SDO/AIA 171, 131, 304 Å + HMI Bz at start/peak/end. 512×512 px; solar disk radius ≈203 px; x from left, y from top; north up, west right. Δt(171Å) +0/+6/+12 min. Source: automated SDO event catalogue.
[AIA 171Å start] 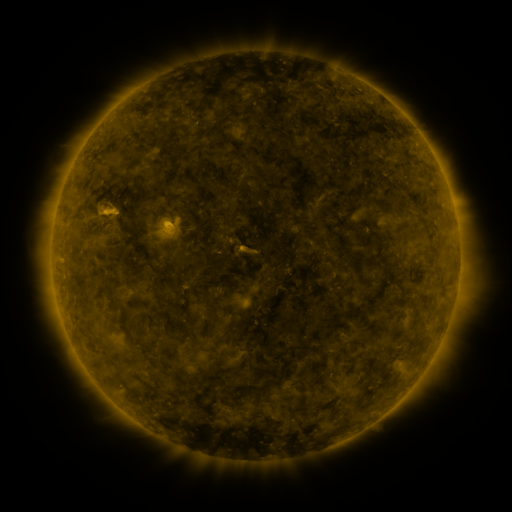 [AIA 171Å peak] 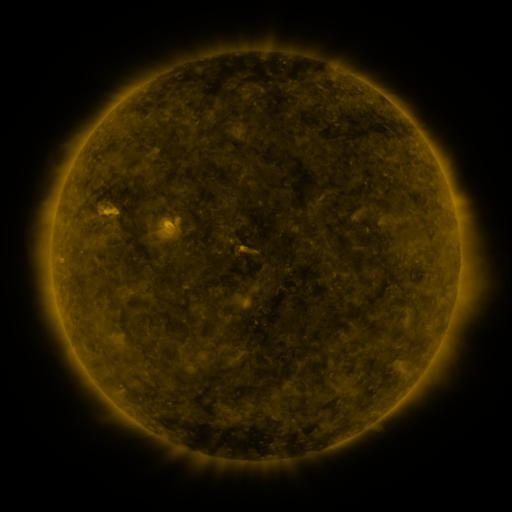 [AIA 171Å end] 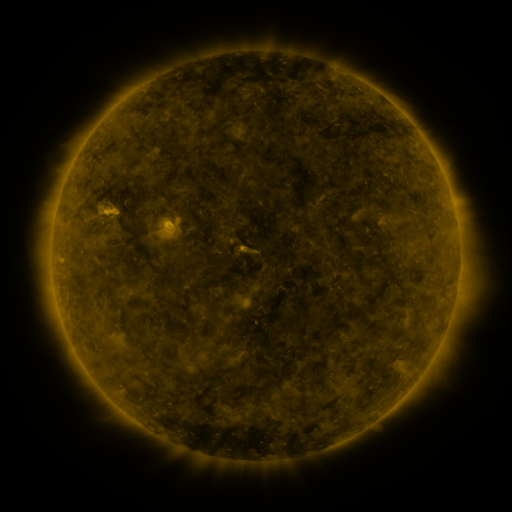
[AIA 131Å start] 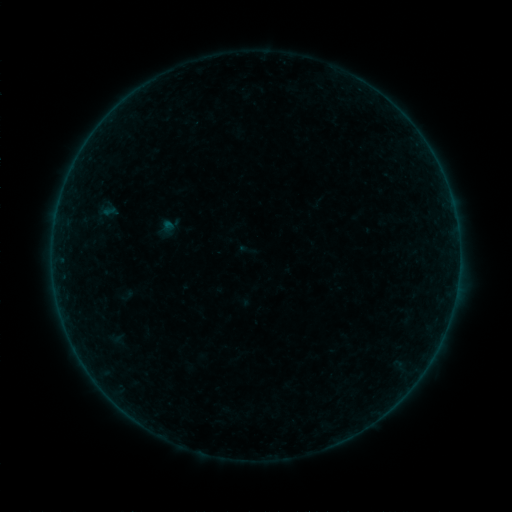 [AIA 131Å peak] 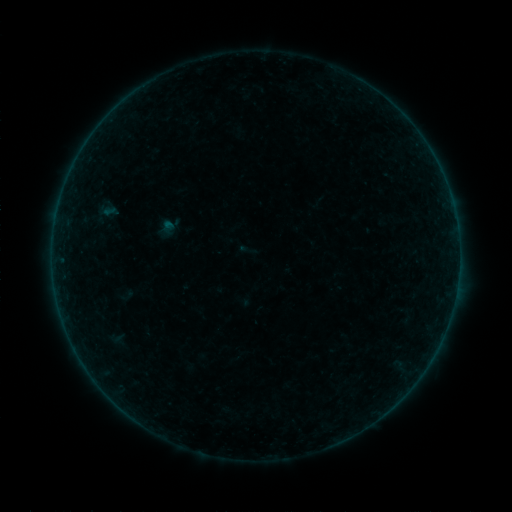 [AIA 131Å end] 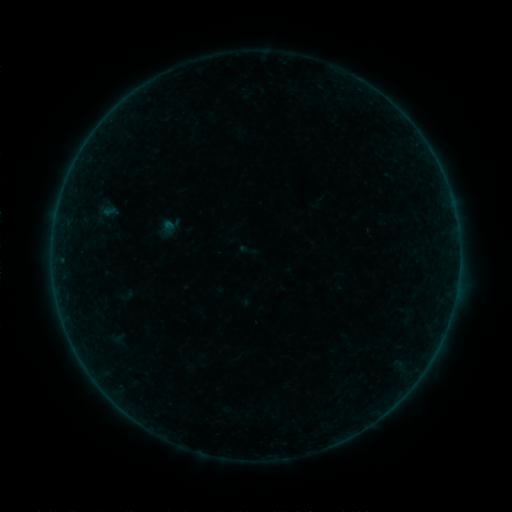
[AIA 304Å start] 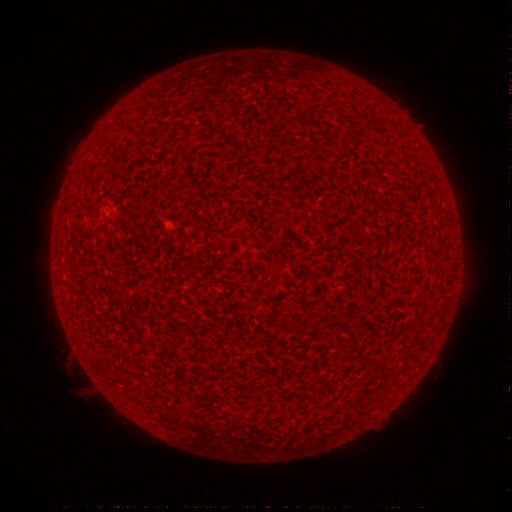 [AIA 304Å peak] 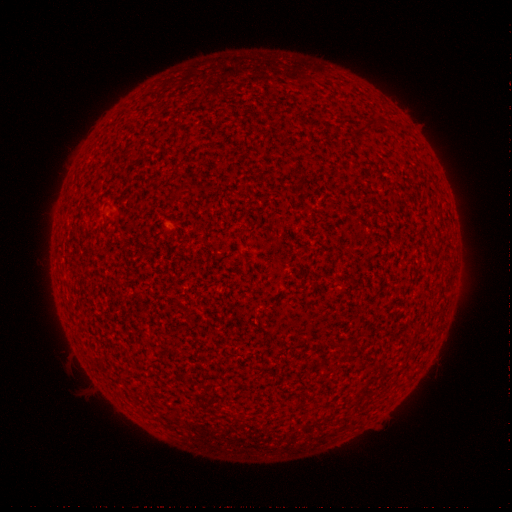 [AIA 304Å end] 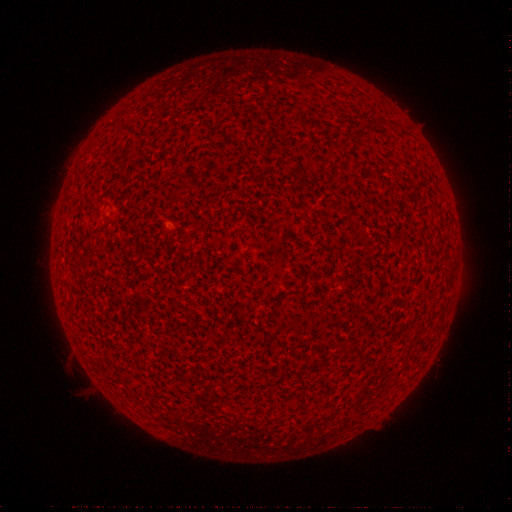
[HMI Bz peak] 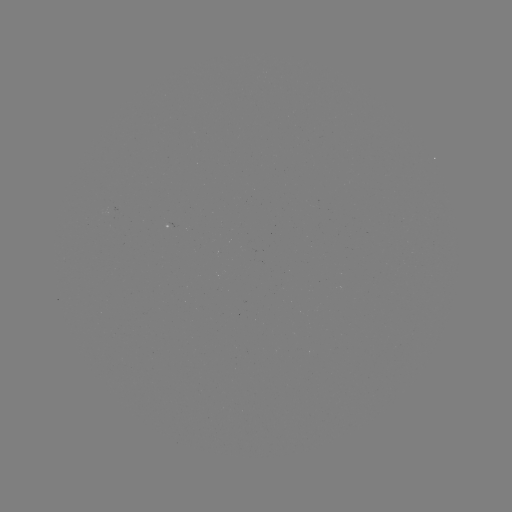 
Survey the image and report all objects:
A3.1 flare: (61, 259)
